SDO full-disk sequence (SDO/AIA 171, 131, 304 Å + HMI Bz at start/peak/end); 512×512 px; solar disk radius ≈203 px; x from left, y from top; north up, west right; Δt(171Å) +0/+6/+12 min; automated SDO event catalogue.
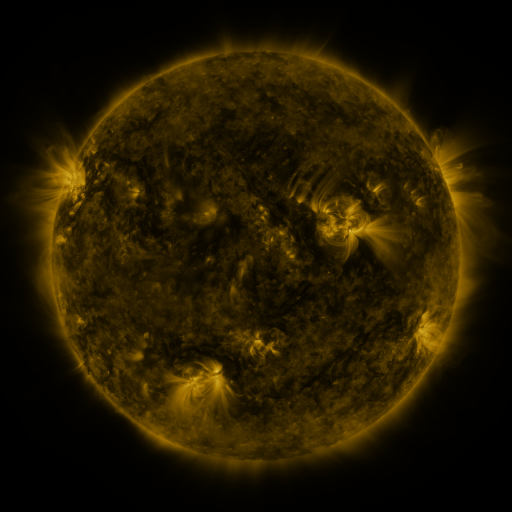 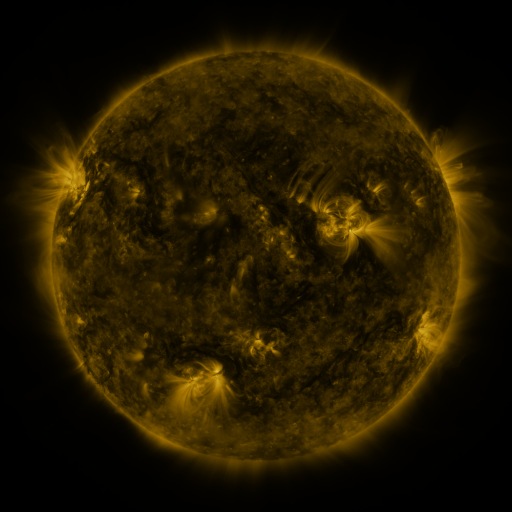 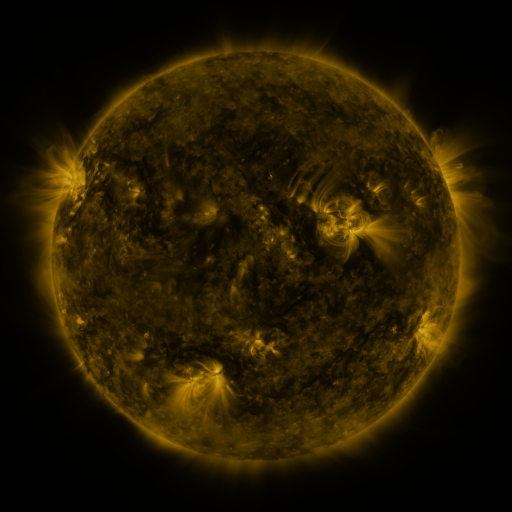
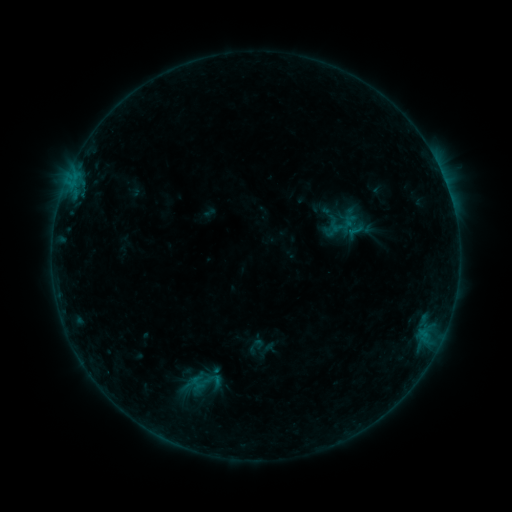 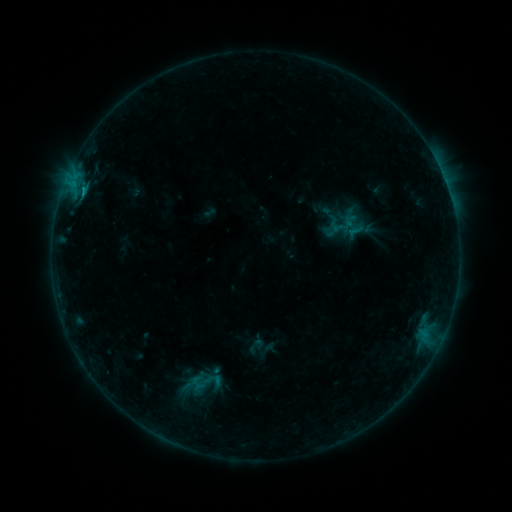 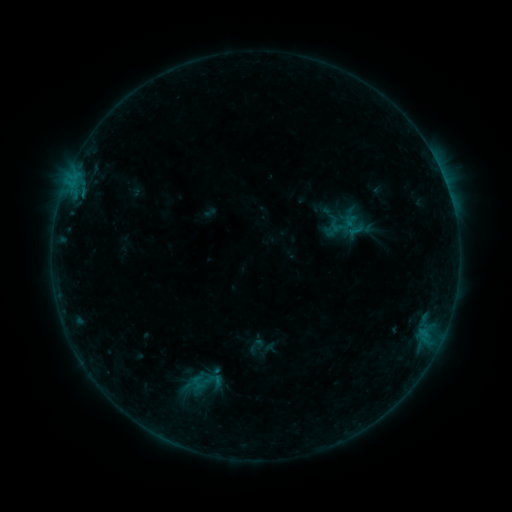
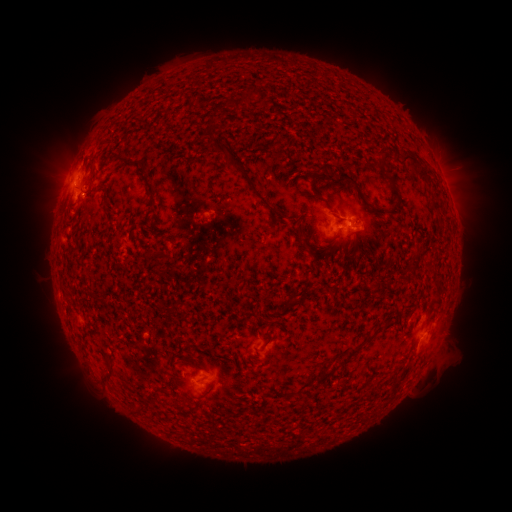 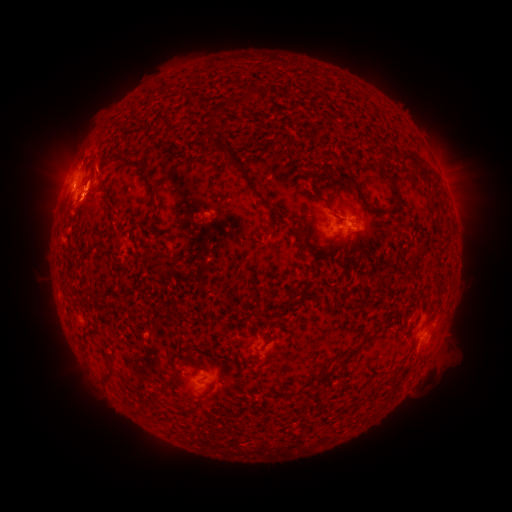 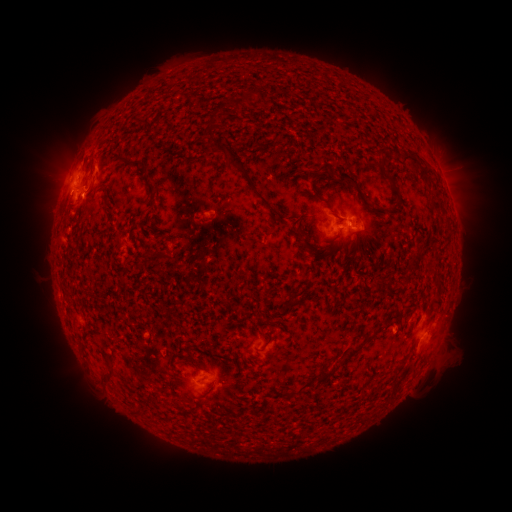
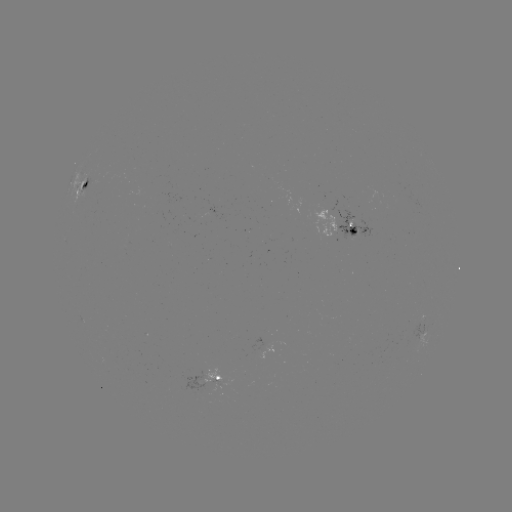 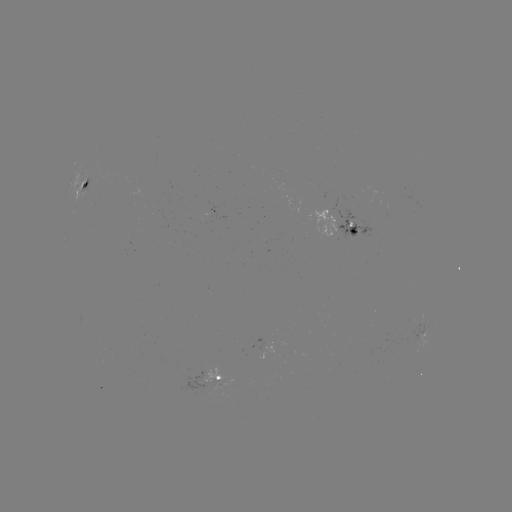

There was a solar flare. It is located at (84, 197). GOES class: B9.1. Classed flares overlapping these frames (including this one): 1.